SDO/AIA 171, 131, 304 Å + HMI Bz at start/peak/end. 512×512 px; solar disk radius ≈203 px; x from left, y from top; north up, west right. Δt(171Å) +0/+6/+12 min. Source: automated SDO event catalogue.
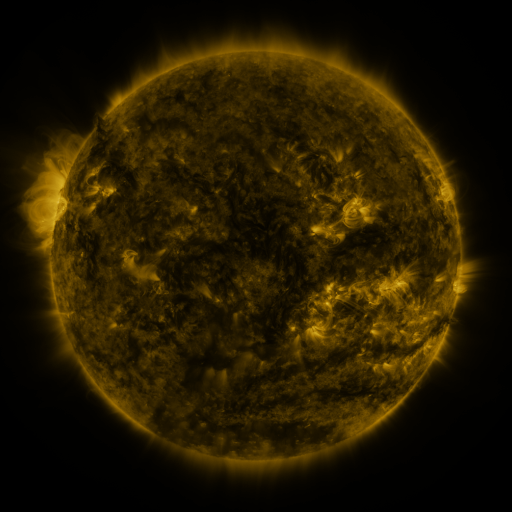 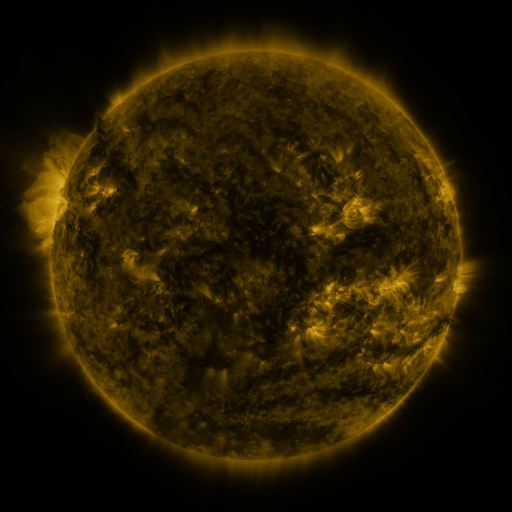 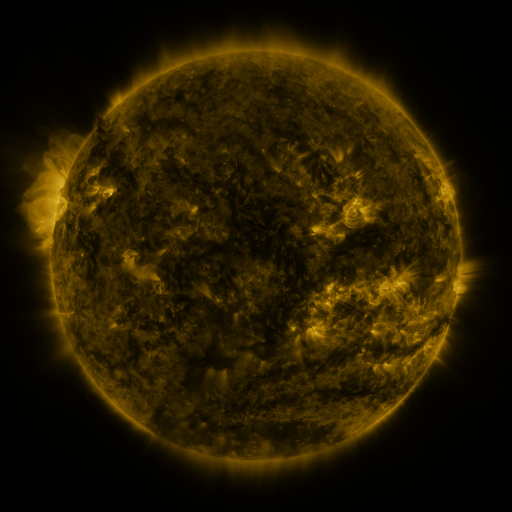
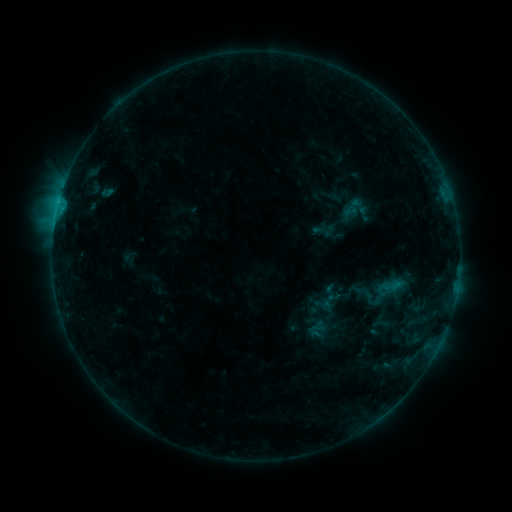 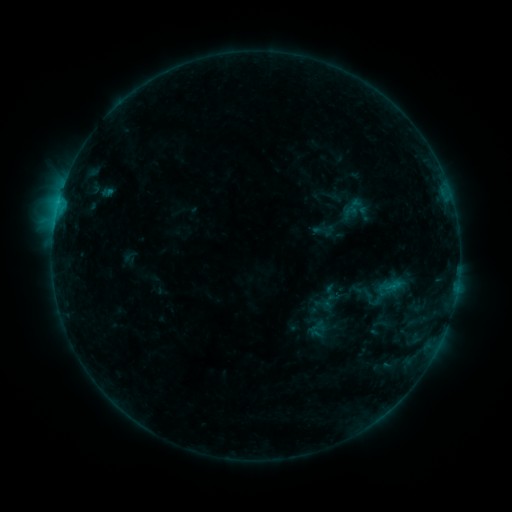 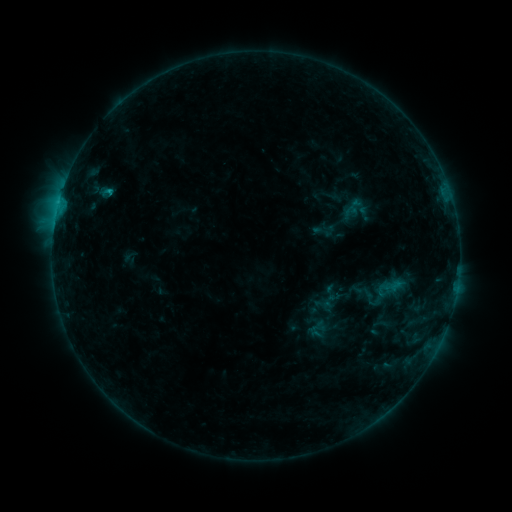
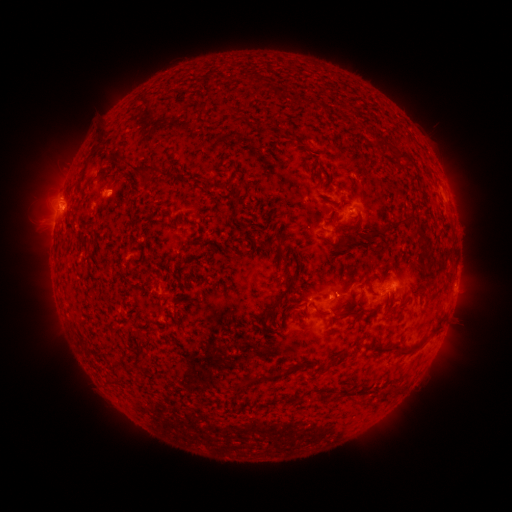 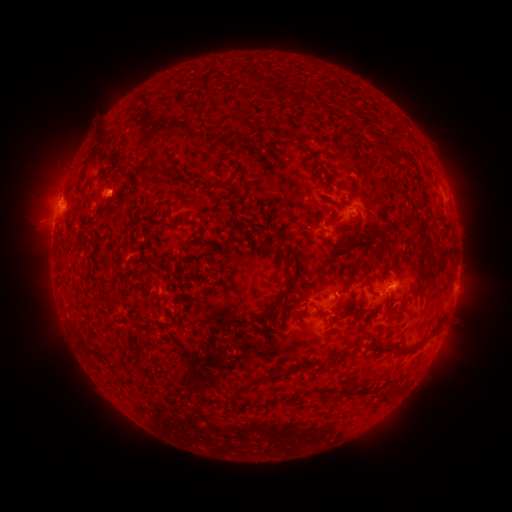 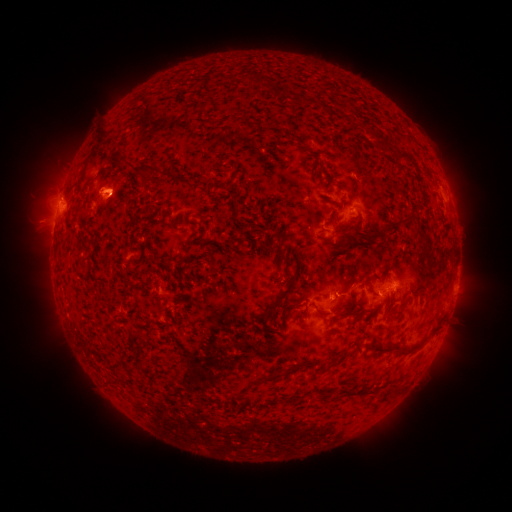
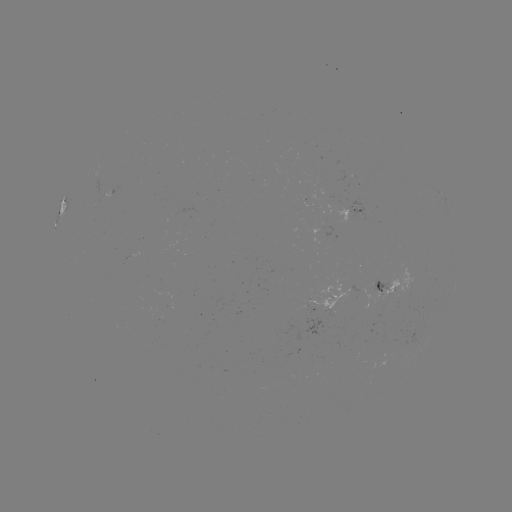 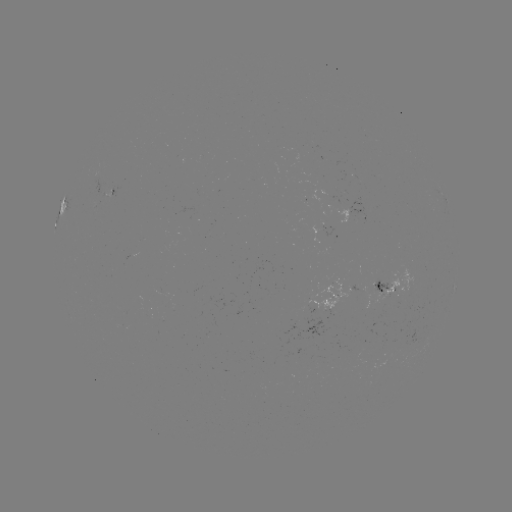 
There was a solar flare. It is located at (391, 286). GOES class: B8.7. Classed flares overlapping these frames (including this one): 1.